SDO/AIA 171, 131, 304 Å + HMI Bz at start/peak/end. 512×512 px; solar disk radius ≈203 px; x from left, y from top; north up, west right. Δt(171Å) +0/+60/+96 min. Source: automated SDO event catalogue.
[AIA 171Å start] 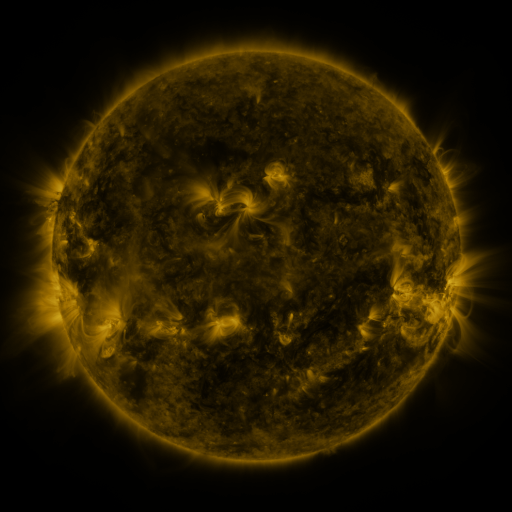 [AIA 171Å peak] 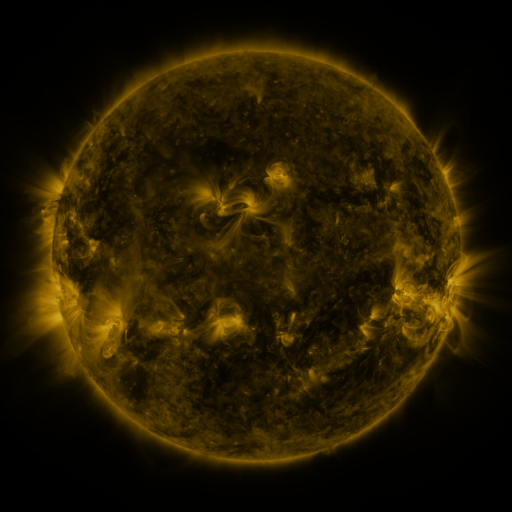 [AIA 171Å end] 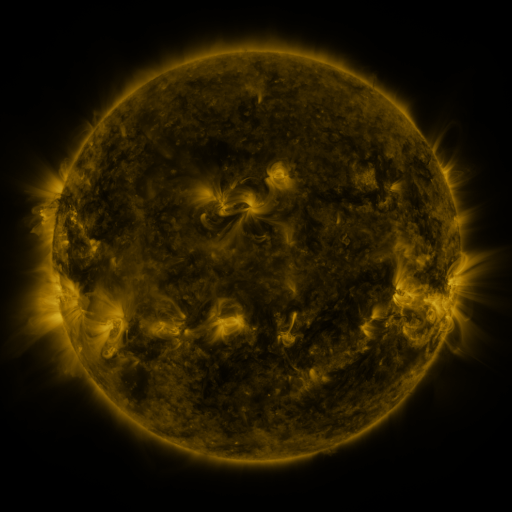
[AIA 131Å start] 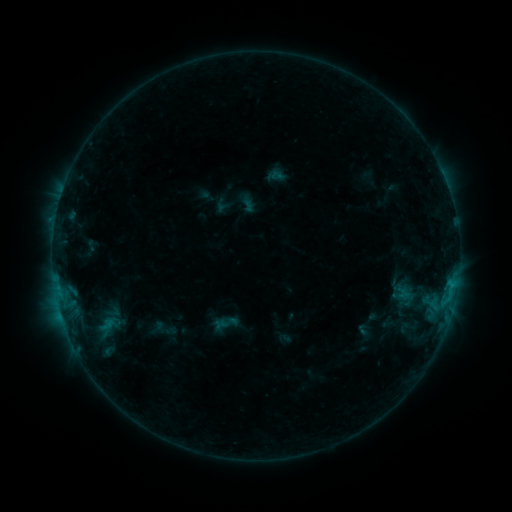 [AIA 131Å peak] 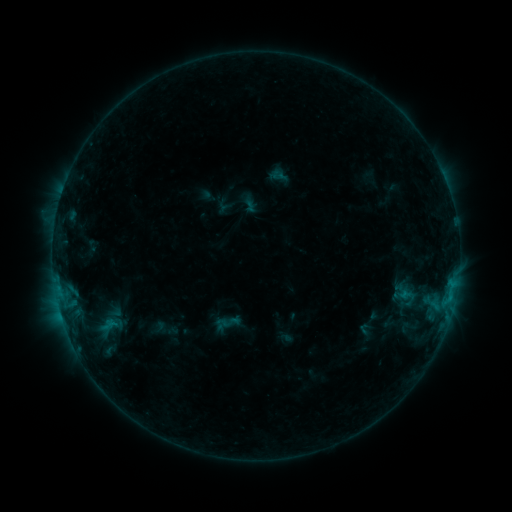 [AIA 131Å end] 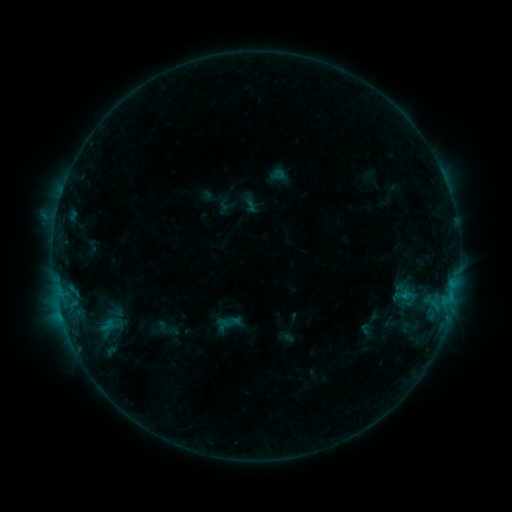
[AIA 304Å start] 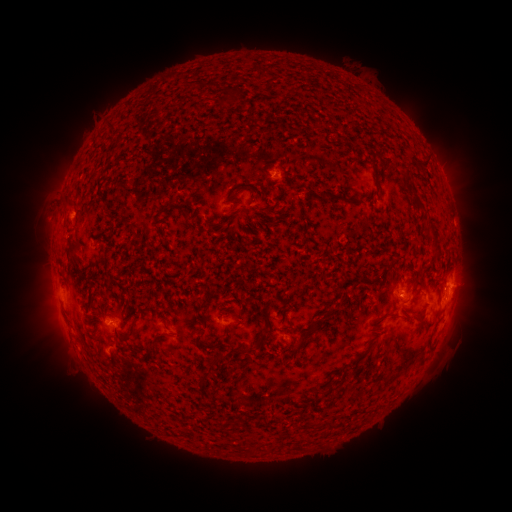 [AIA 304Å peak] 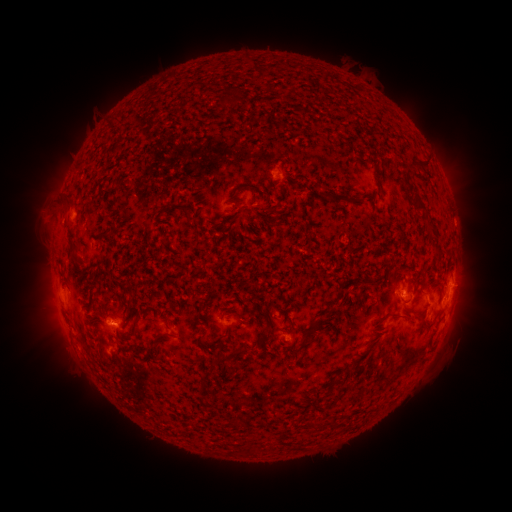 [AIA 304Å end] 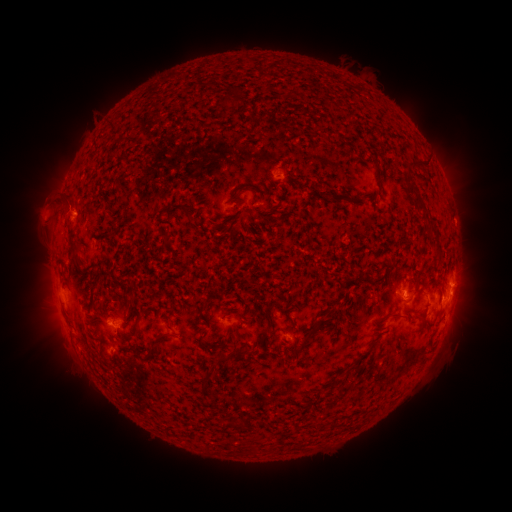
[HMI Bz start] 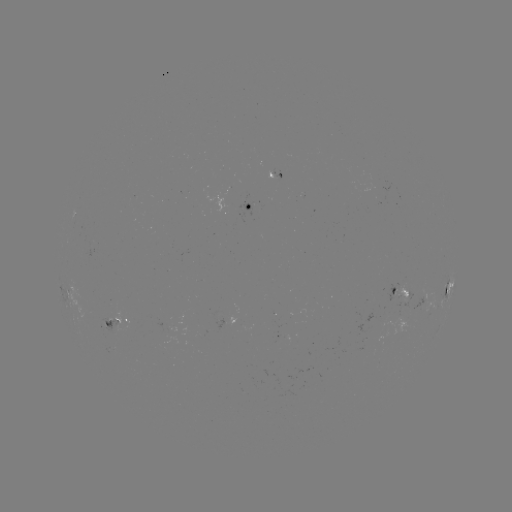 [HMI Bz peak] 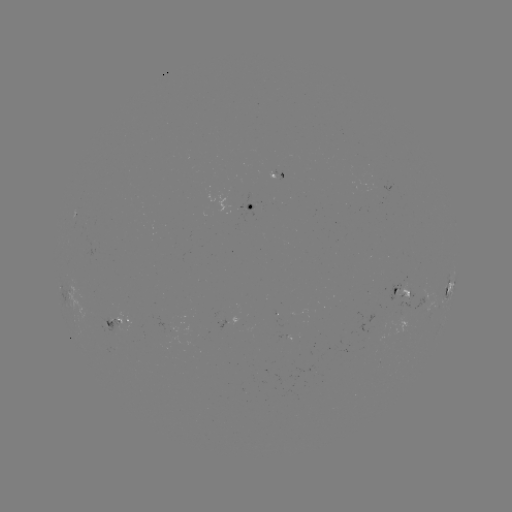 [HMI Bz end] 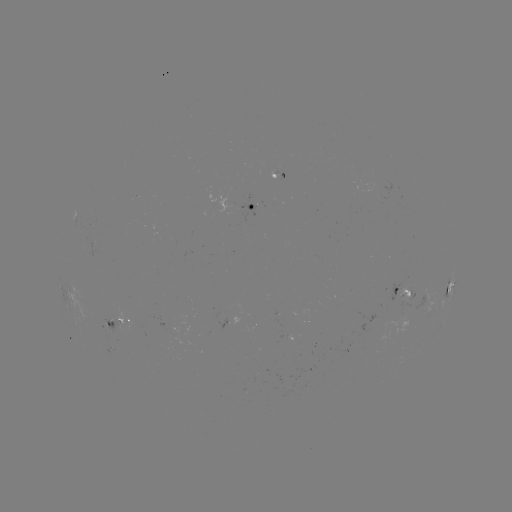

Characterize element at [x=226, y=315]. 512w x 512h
emerging-flux region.